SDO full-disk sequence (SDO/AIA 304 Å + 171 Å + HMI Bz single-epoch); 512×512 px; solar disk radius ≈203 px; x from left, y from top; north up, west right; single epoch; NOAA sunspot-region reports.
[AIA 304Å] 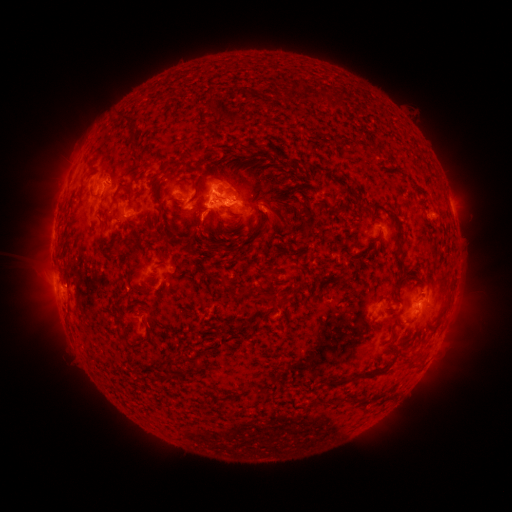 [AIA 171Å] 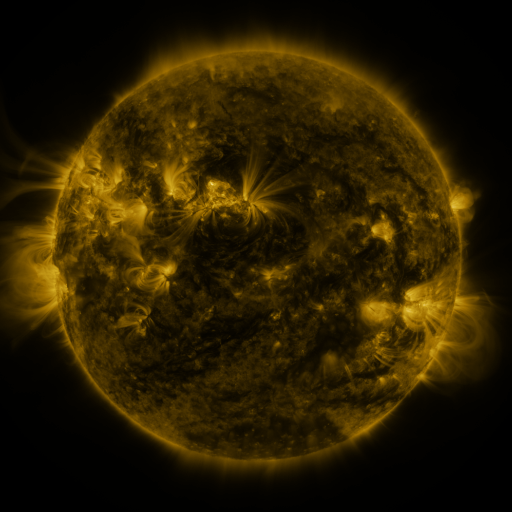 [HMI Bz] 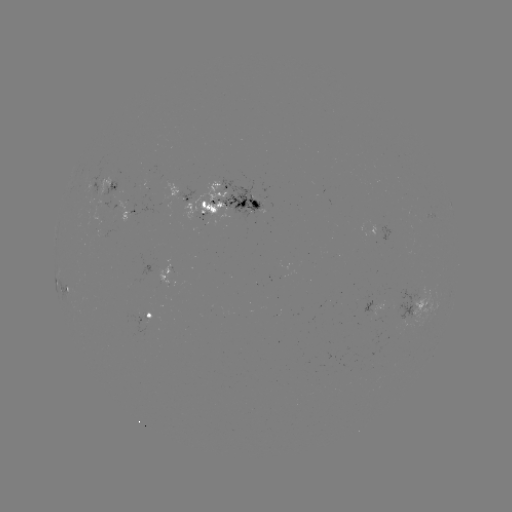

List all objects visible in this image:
spotted active region: (112, 185)
spotted active region: (228, 199)
spotted active region: (129, 212)
spotted active region: (167, 274)
spotted active region: (66, 287)
spotted active region: (373, 303)
spotted active region: (424, 303)
spotted active region: (150, 313)
